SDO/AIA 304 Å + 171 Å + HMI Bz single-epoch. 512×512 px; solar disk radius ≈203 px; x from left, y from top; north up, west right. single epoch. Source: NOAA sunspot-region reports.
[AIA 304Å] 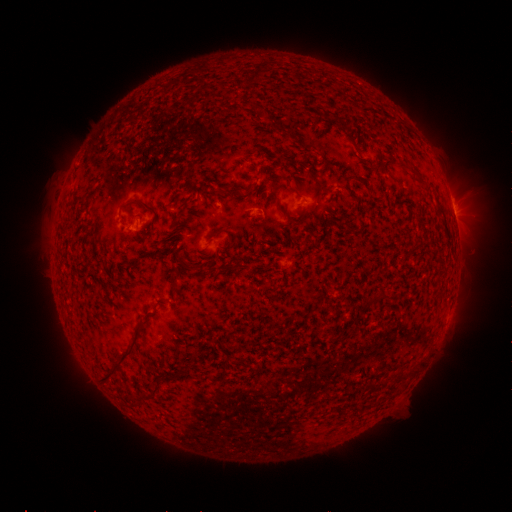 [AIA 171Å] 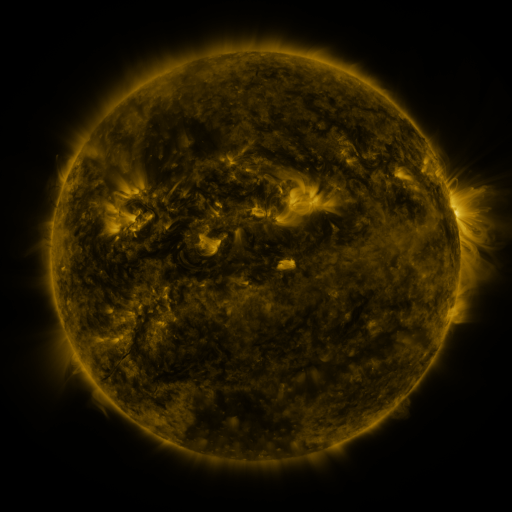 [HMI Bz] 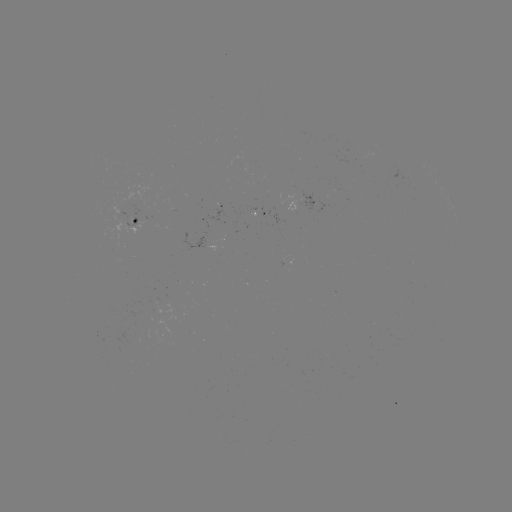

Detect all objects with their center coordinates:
spotted active region: (304, 204)
spotted active region: (256, 210)
spotted active region: (453, 210)
spotted active region: (142, 218)
